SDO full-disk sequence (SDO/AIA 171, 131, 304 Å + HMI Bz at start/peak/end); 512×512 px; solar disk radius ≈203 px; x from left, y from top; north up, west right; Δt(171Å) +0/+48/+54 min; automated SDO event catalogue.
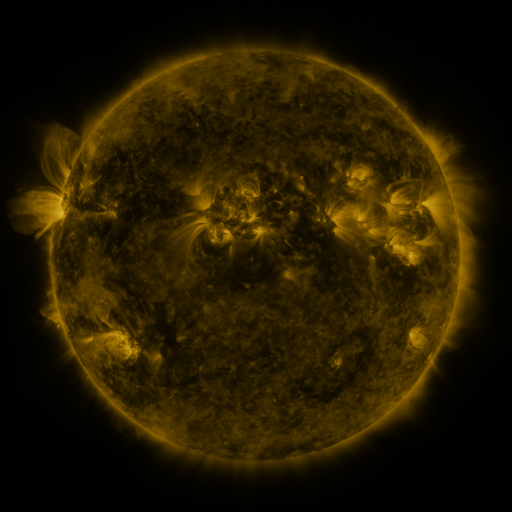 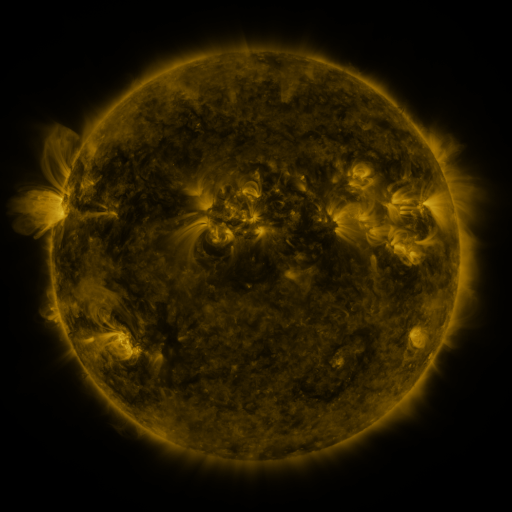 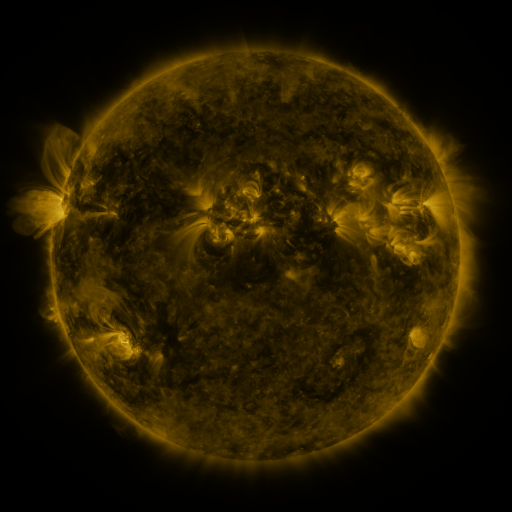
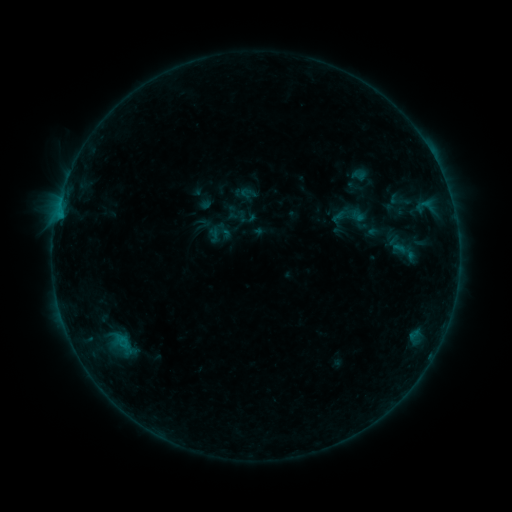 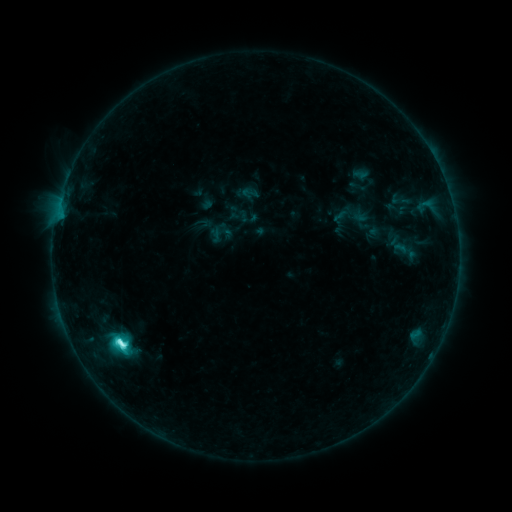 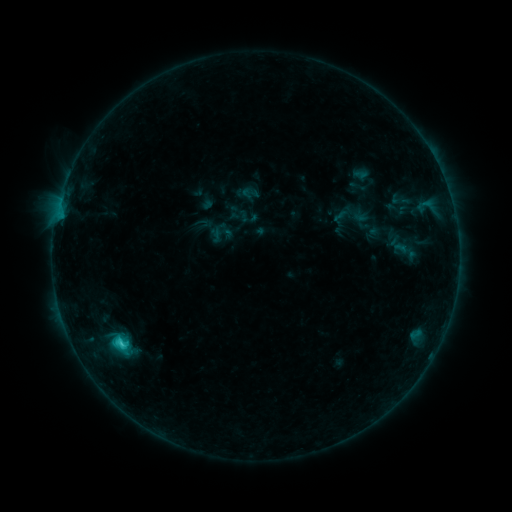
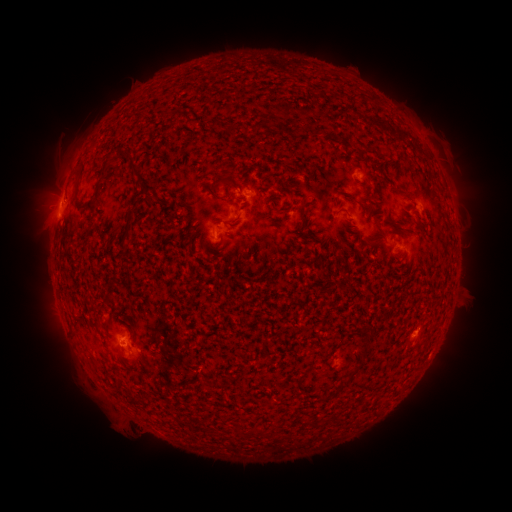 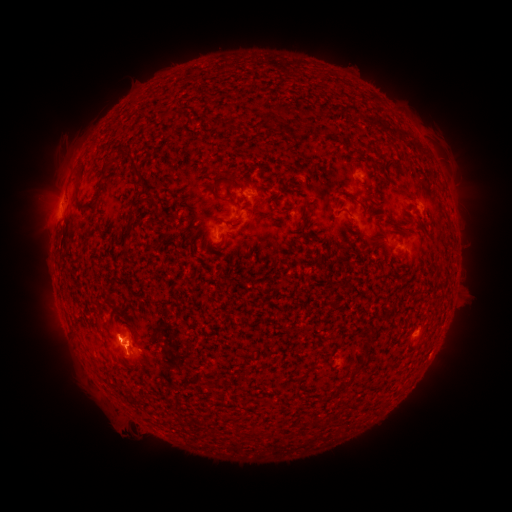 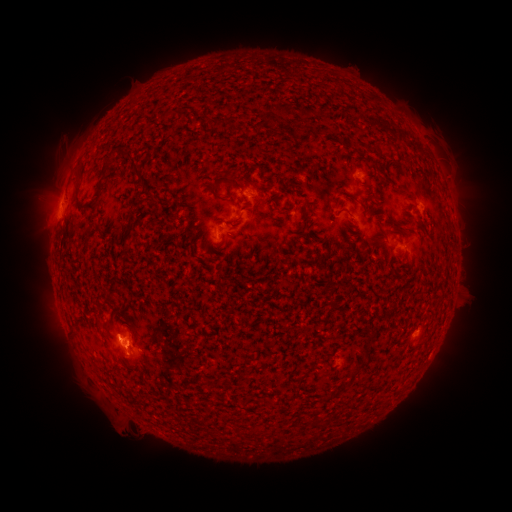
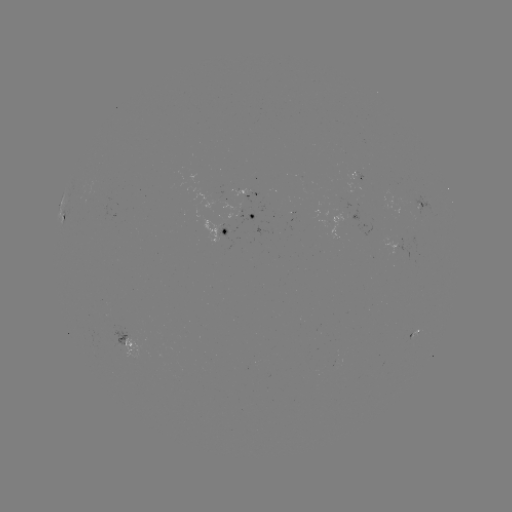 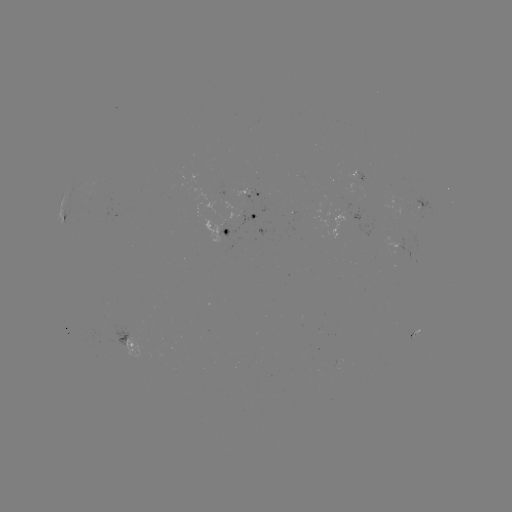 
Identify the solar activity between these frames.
C5.5 flare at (123, 342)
